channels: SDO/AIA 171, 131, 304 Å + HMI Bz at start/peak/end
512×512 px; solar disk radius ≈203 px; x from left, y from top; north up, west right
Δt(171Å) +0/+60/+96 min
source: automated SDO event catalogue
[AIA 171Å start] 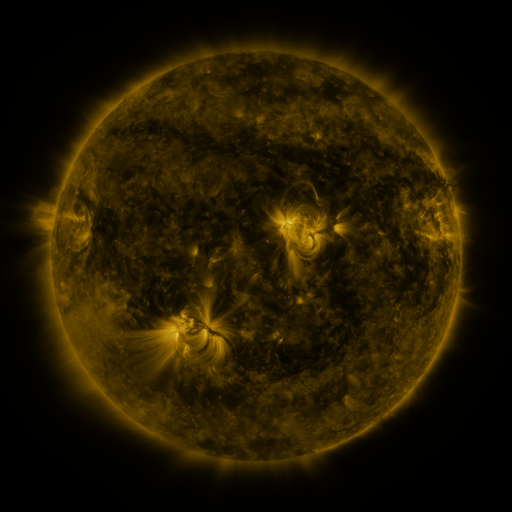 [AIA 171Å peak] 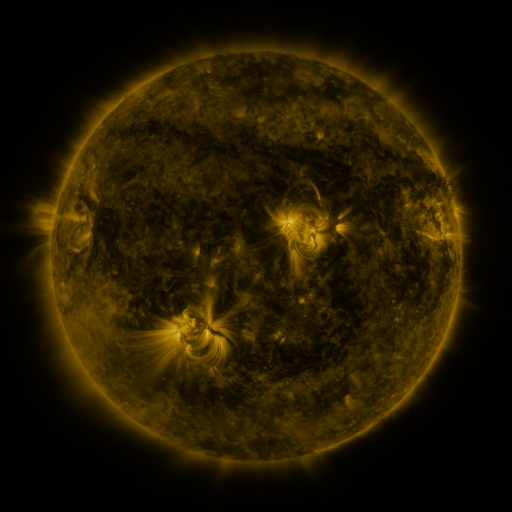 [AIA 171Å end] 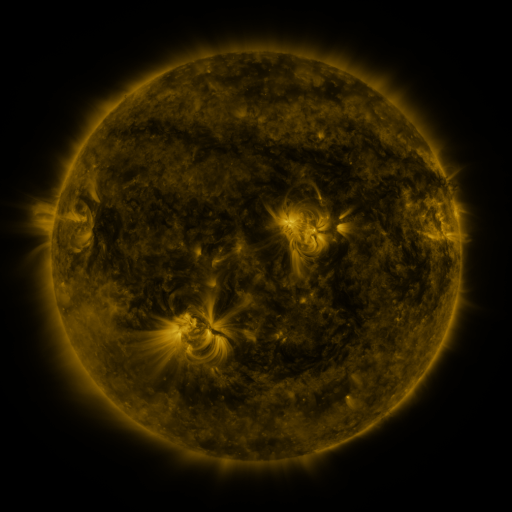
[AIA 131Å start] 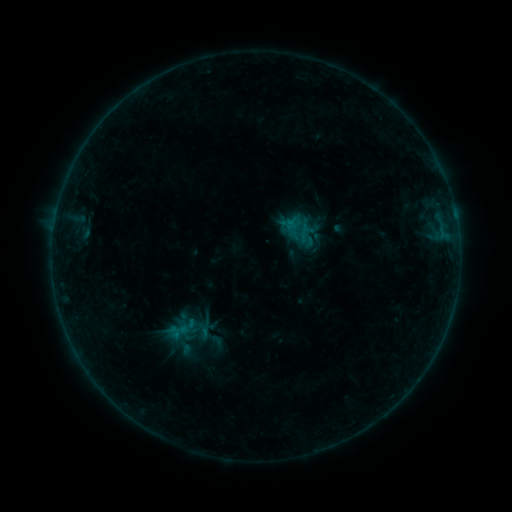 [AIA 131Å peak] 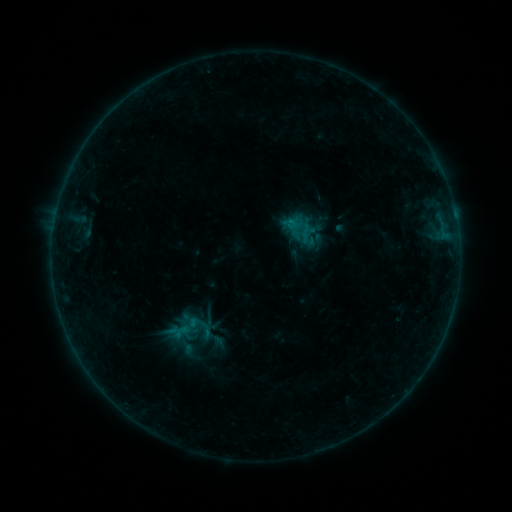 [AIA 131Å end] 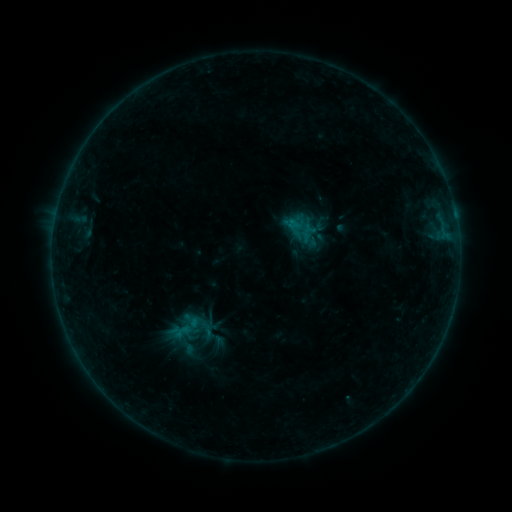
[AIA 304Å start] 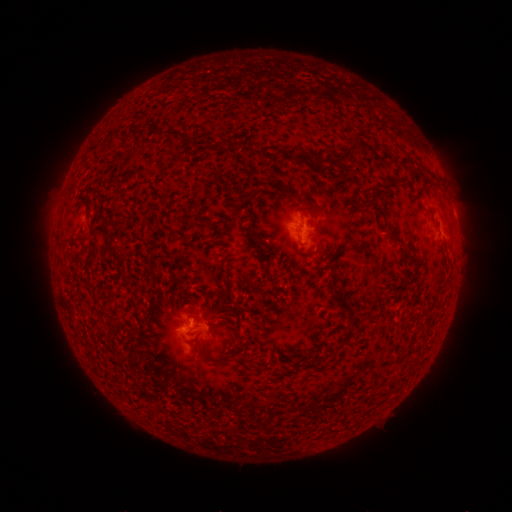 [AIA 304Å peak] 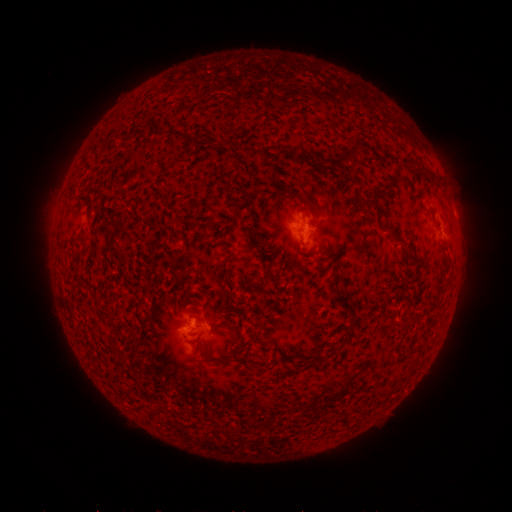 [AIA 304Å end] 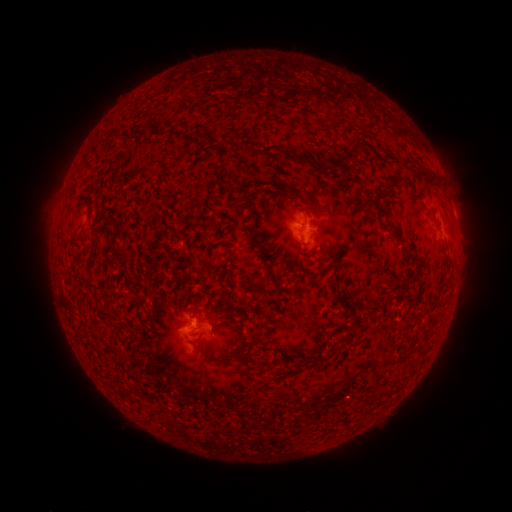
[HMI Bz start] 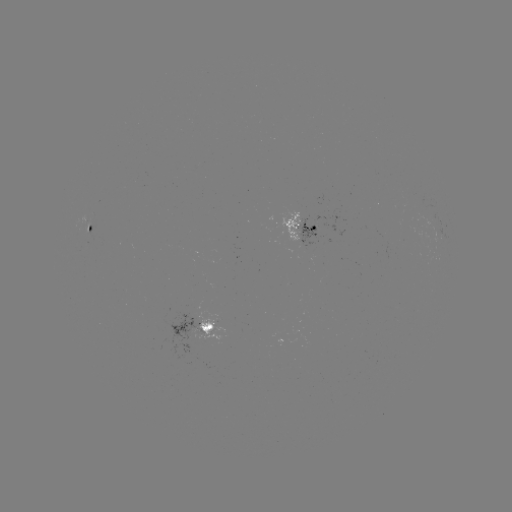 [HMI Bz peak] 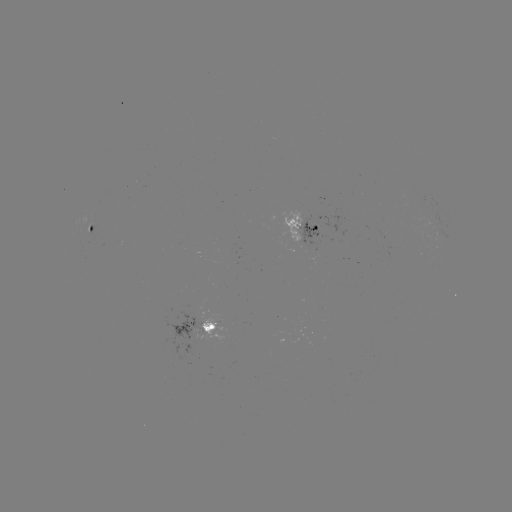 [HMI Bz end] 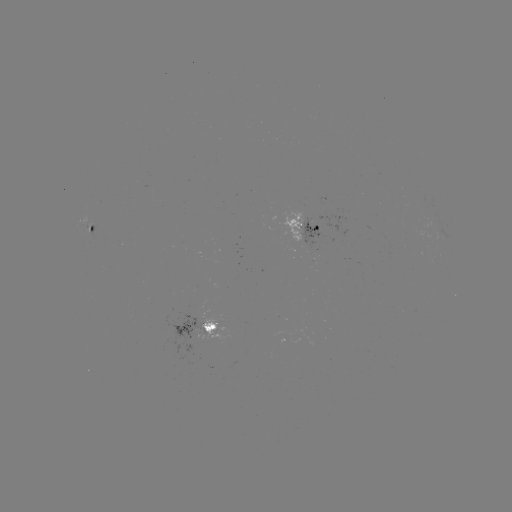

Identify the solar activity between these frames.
emerging-flux region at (165, 394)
